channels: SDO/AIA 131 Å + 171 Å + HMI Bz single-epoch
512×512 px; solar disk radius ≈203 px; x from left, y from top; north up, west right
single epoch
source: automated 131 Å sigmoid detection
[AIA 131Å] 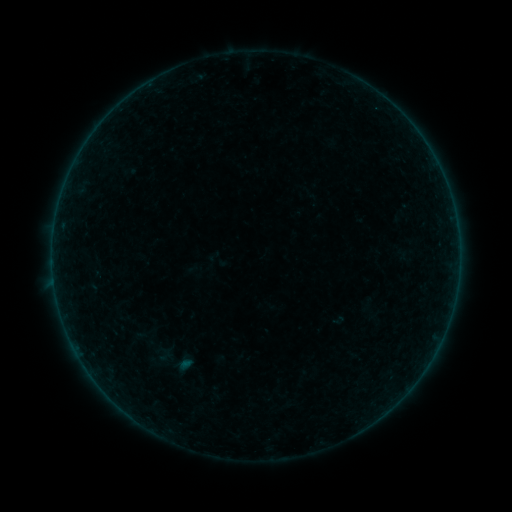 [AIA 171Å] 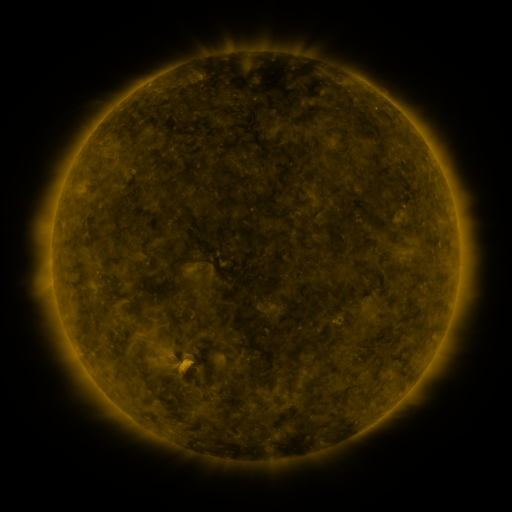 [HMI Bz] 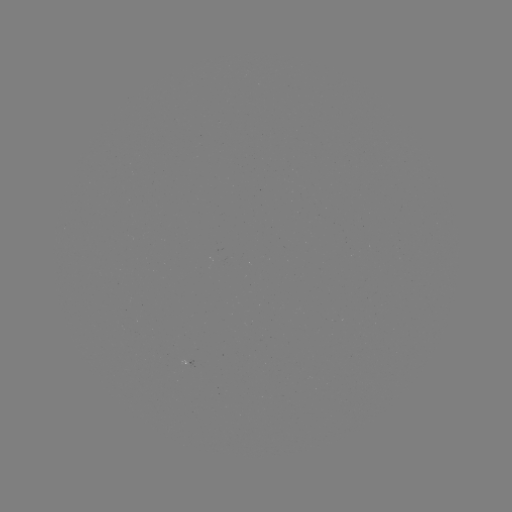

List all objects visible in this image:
sigmoid: <bbox>152, 348, 178, 366</bbox>
